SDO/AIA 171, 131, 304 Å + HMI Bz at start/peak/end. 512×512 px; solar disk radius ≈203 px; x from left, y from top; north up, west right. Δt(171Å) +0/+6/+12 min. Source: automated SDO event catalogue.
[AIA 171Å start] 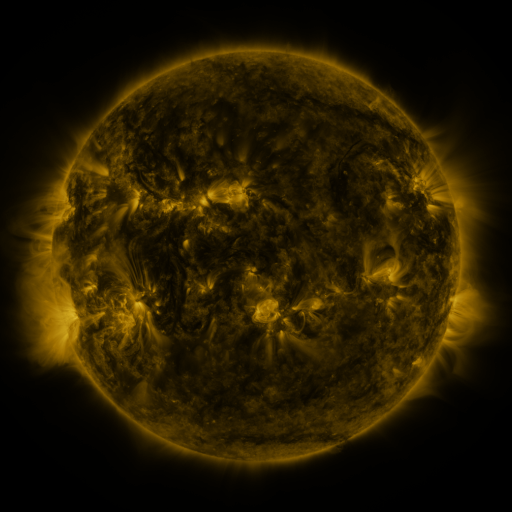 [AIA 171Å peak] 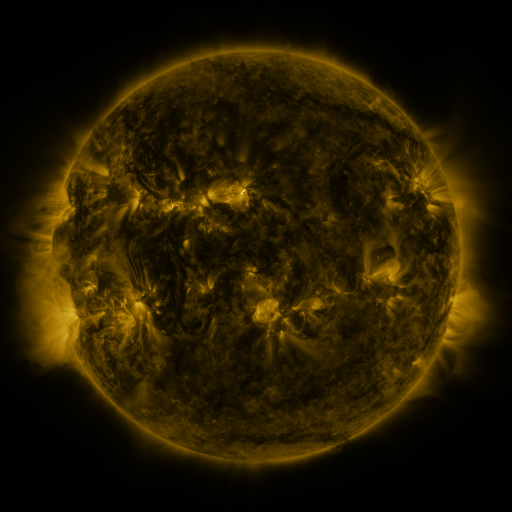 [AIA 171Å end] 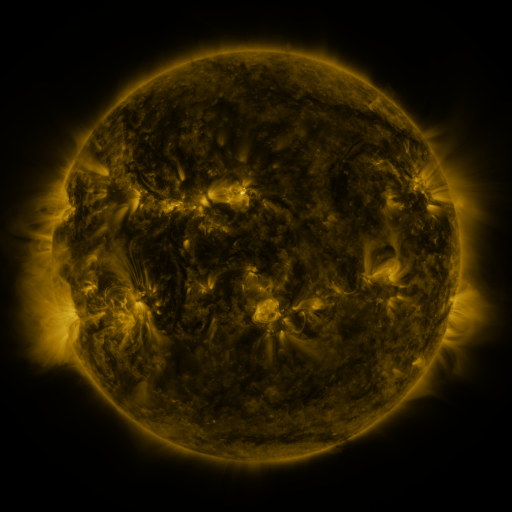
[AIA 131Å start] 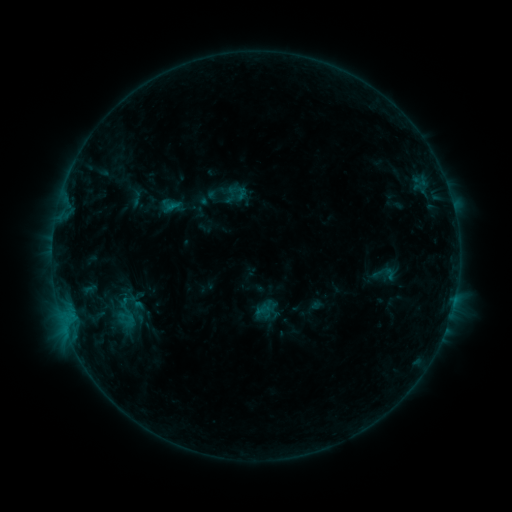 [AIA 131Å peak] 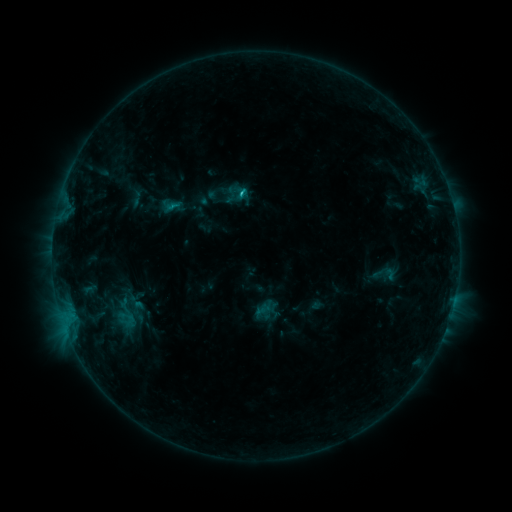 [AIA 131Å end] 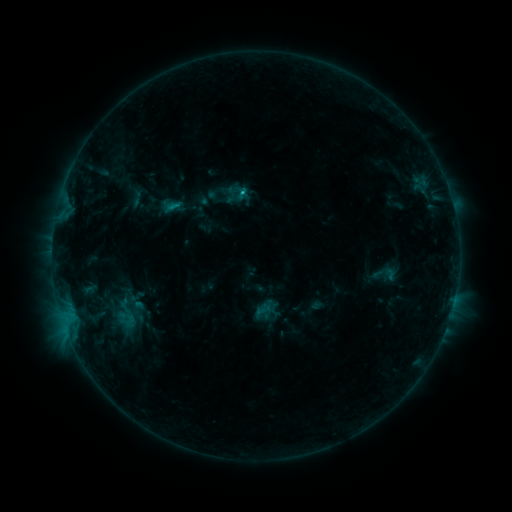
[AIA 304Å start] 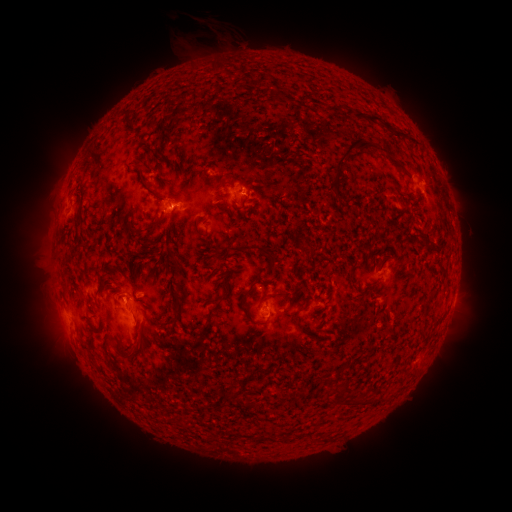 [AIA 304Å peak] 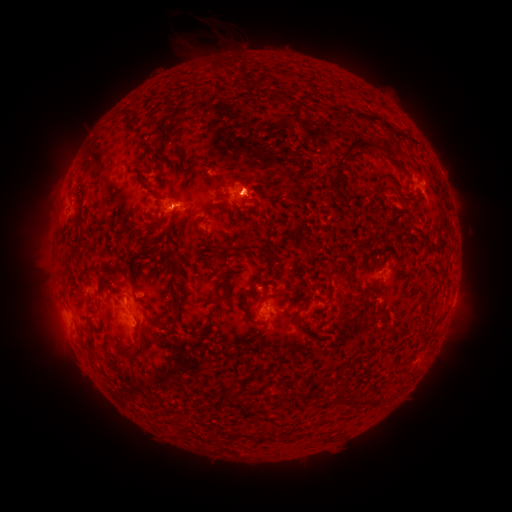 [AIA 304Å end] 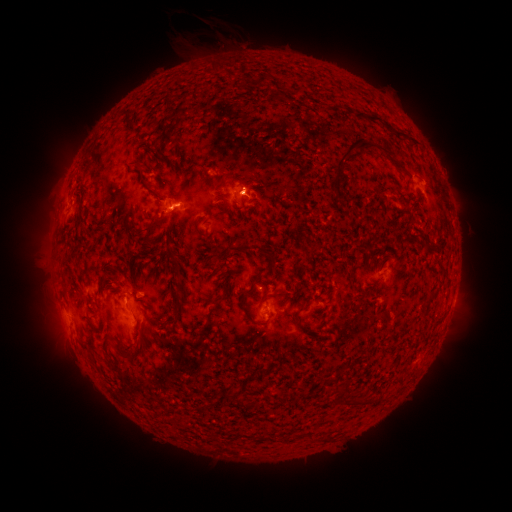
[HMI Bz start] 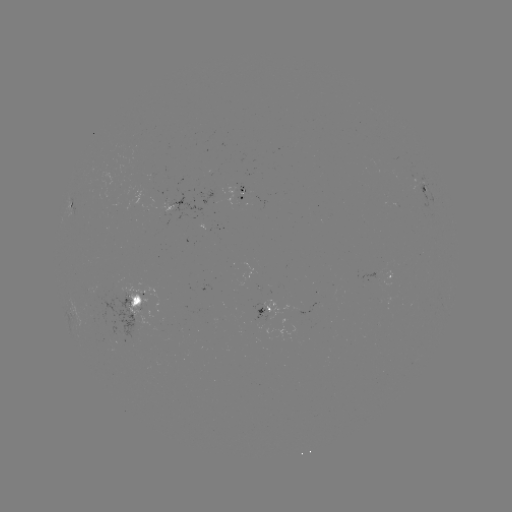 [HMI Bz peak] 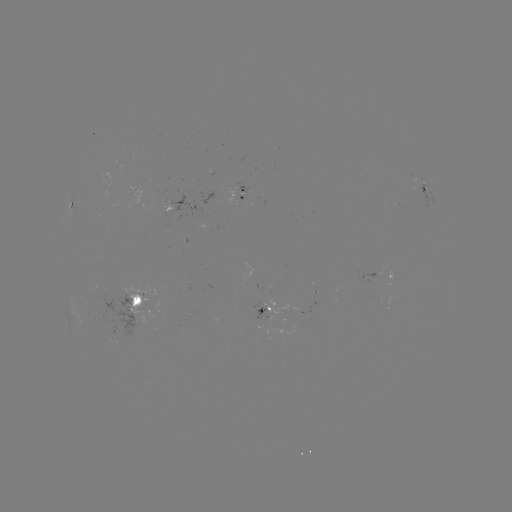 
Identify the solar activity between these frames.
B7.9 flare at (242, 194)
